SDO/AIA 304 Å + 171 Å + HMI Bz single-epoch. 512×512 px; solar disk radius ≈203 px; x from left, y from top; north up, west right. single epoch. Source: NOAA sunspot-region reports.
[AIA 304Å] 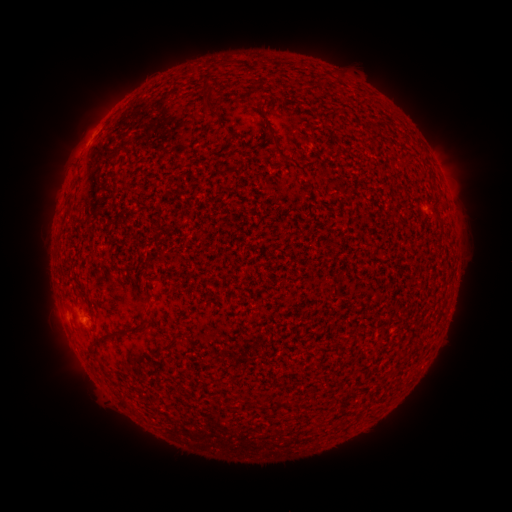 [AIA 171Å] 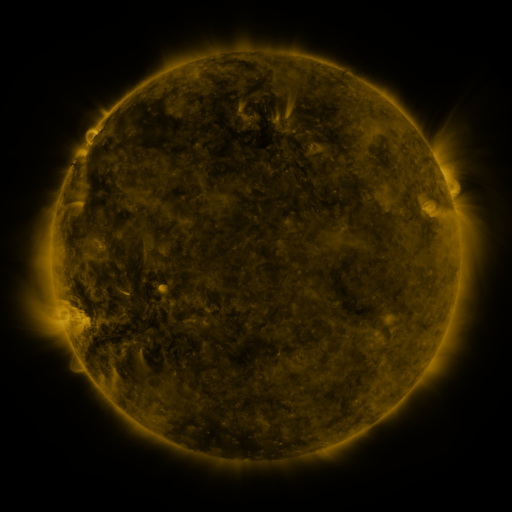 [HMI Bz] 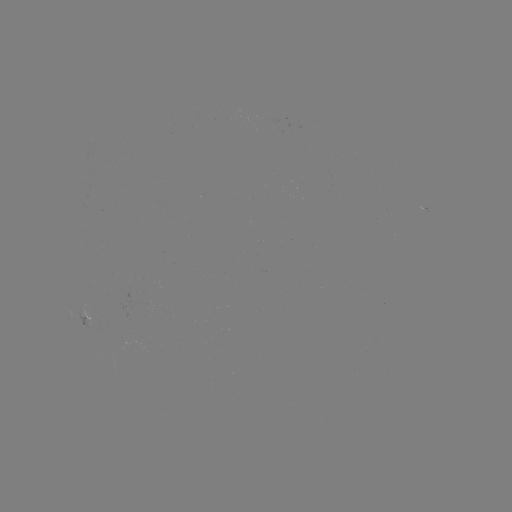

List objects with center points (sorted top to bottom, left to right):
spotted active region: (430, 214)
spotted active region: (89, 323)
